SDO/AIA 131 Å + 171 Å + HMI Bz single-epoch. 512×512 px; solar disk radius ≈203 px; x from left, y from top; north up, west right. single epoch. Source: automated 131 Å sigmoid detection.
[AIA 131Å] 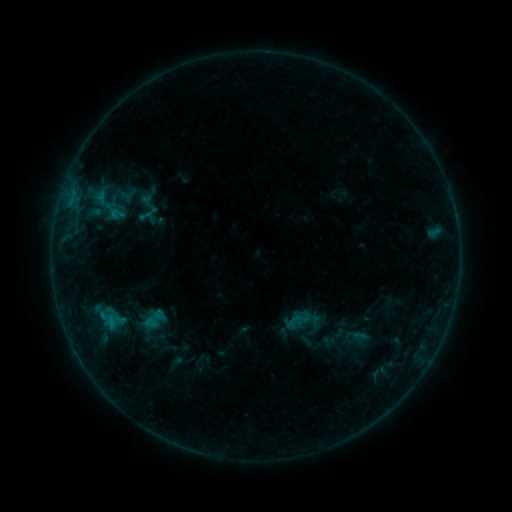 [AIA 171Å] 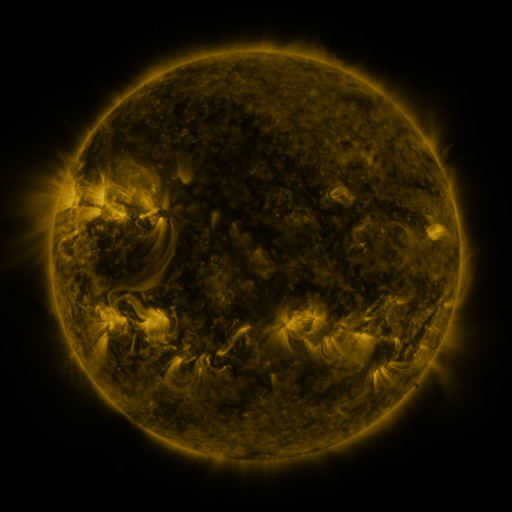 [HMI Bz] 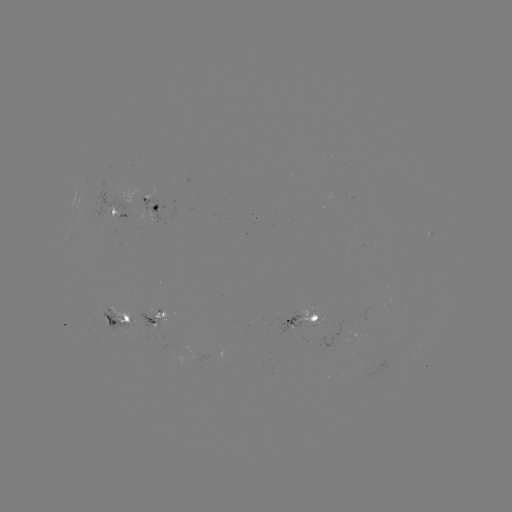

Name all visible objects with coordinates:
sigmoid: (117, 214)
sigmoid: (153, 321)
